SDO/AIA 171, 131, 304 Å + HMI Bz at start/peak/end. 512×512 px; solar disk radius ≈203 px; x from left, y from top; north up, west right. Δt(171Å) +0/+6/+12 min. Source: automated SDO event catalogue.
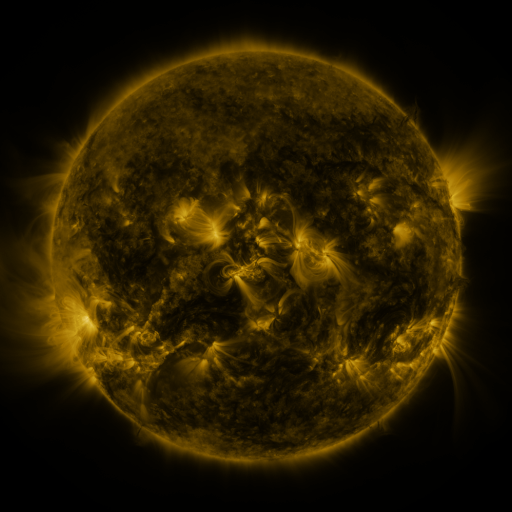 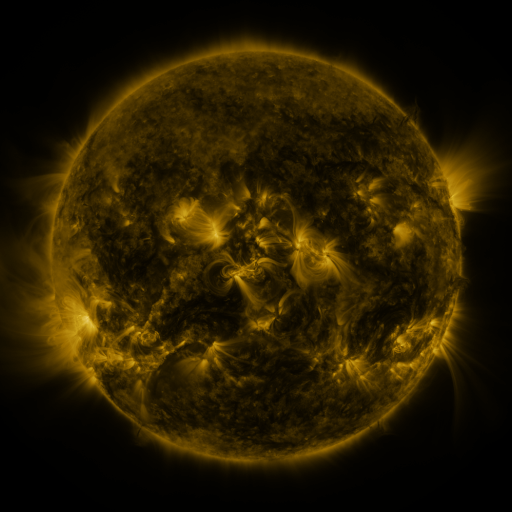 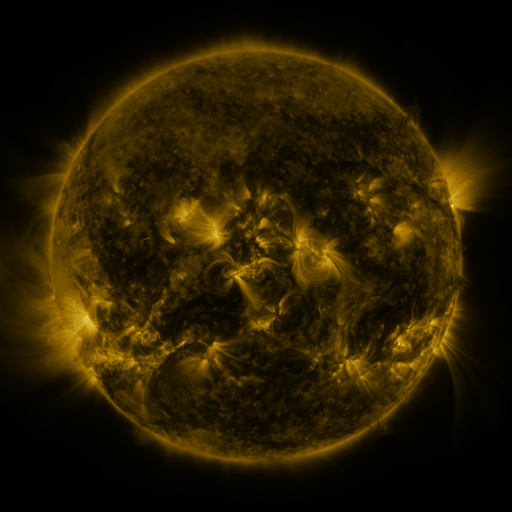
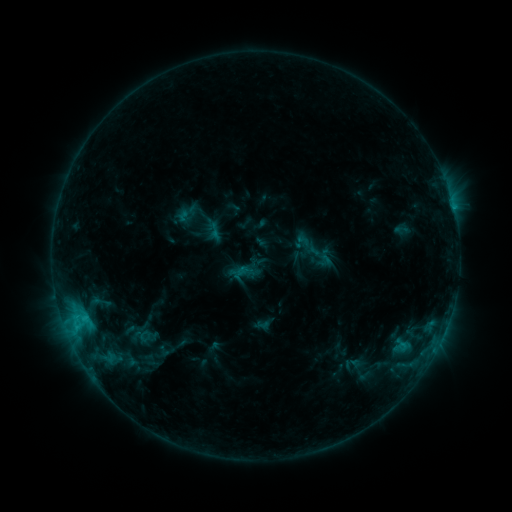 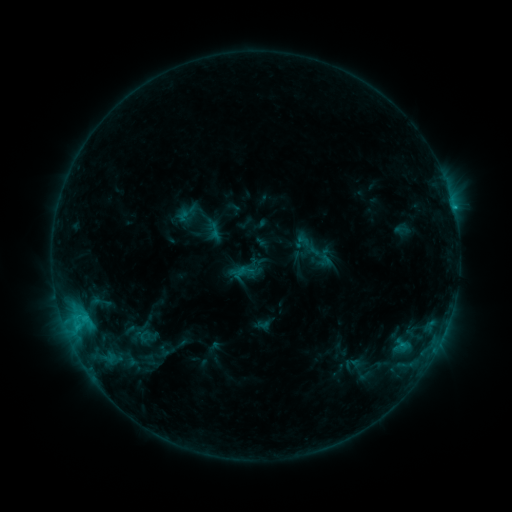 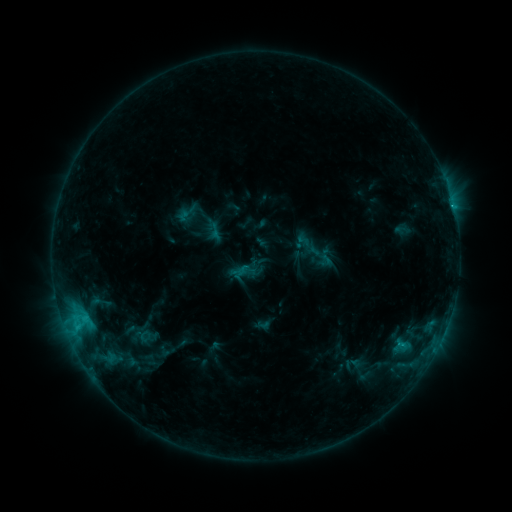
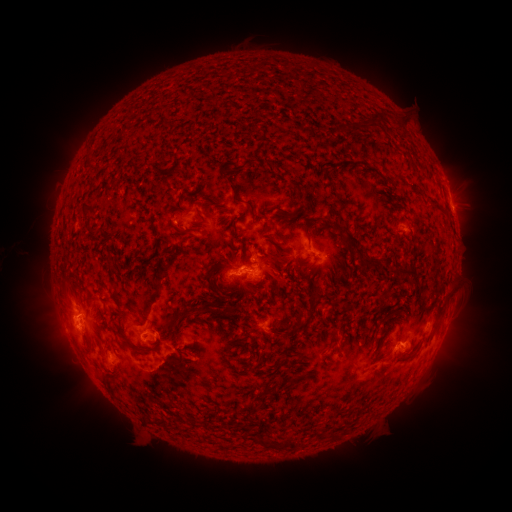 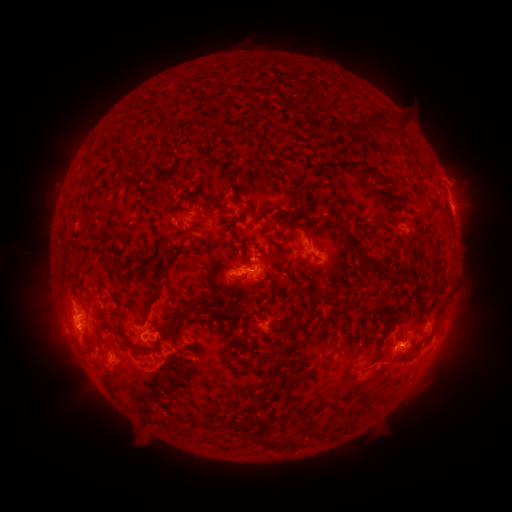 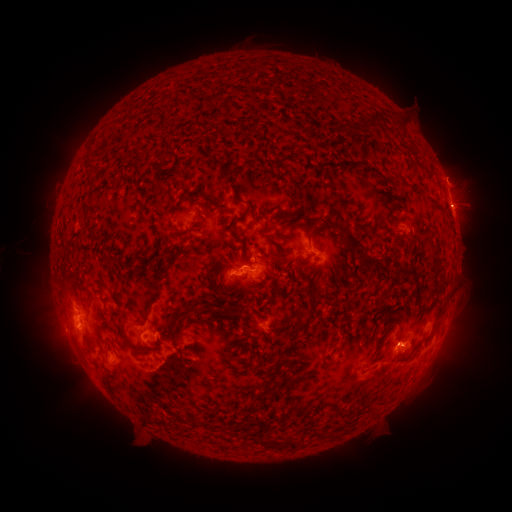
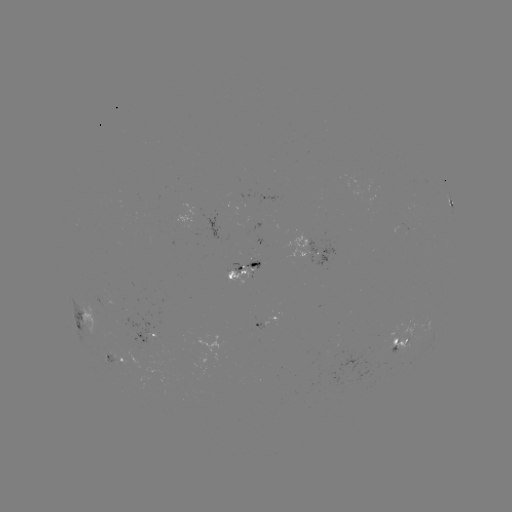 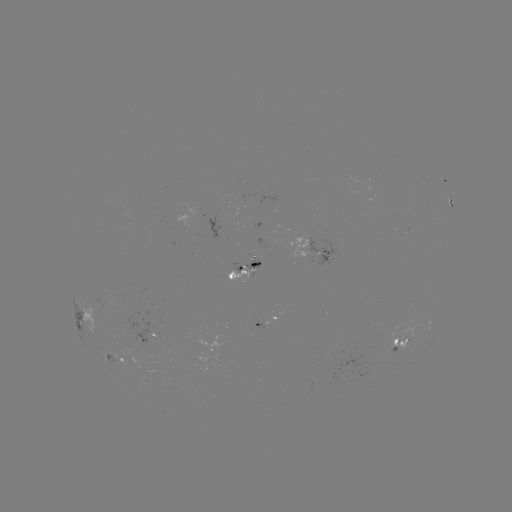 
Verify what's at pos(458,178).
eruption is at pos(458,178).